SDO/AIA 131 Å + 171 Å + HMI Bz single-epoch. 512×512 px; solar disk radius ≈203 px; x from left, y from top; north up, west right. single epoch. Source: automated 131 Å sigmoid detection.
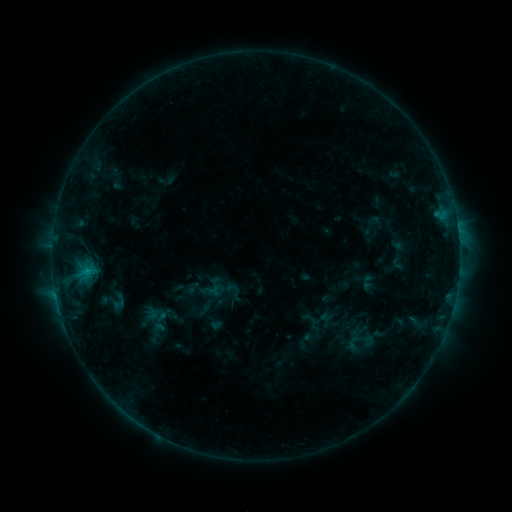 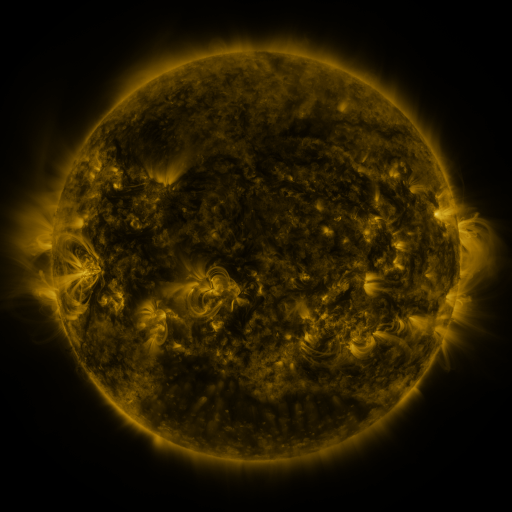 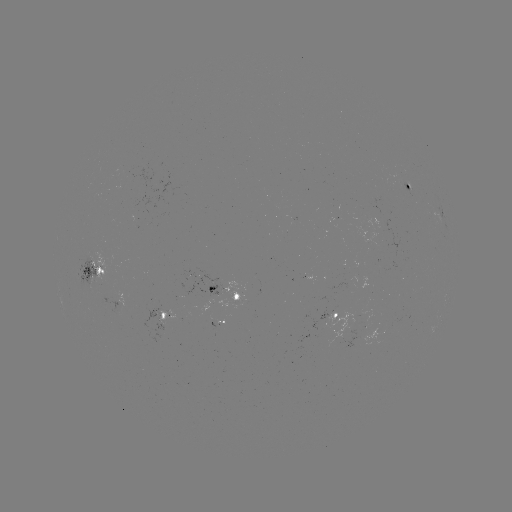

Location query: sigmoid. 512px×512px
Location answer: [118, 301].